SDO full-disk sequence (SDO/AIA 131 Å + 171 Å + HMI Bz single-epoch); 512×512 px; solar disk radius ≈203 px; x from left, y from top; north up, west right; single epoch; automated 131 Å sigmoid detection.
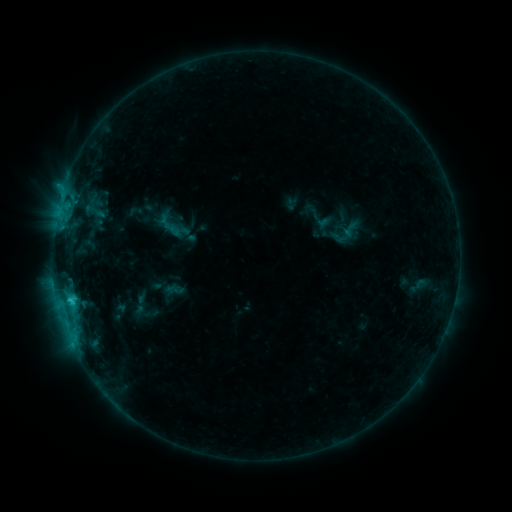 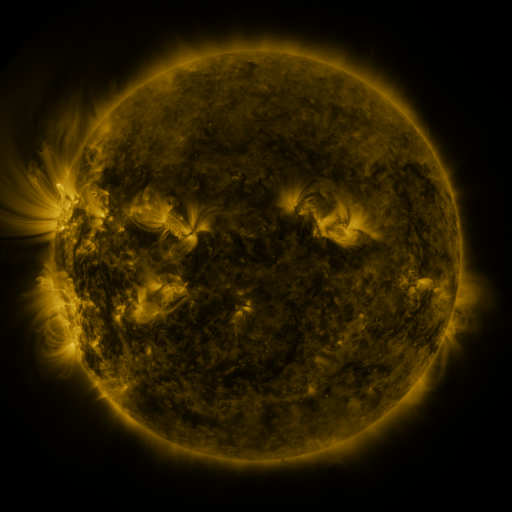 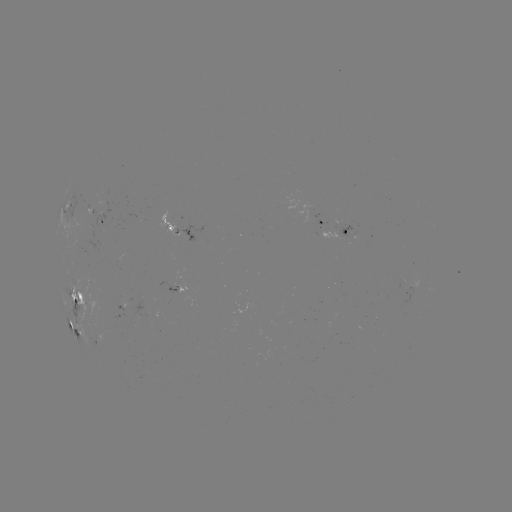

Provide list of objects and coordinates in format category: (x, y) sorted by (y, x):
sigmoid: (350, 229)
sigmoid: (174, 290)
